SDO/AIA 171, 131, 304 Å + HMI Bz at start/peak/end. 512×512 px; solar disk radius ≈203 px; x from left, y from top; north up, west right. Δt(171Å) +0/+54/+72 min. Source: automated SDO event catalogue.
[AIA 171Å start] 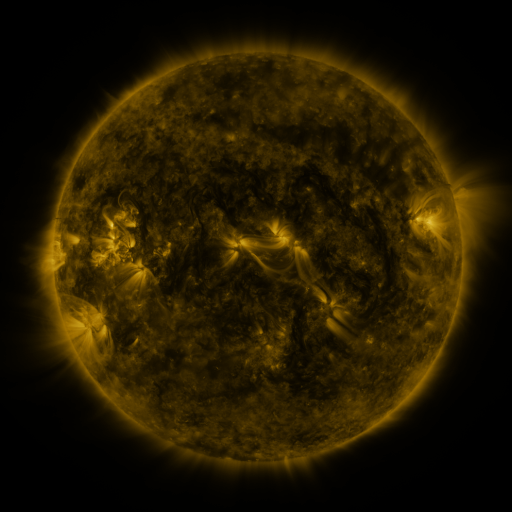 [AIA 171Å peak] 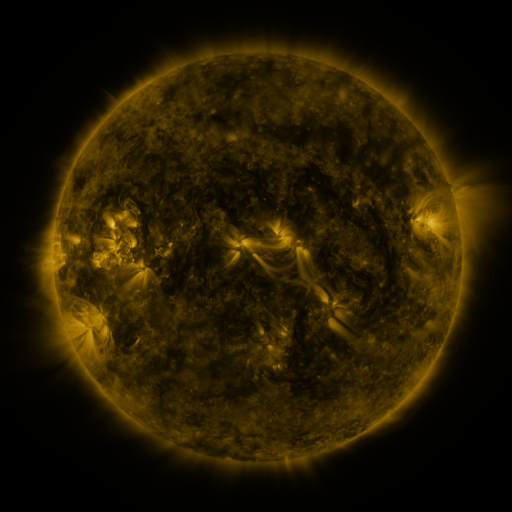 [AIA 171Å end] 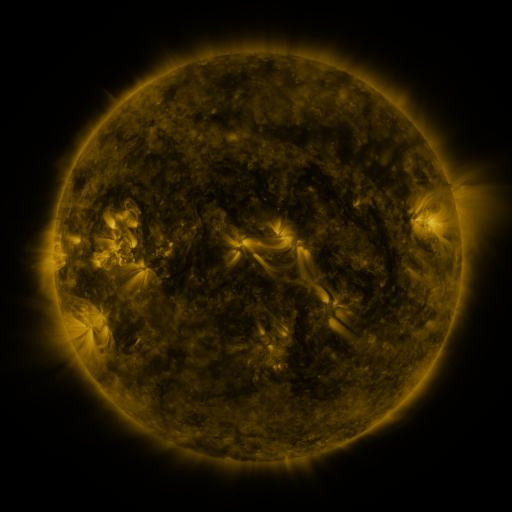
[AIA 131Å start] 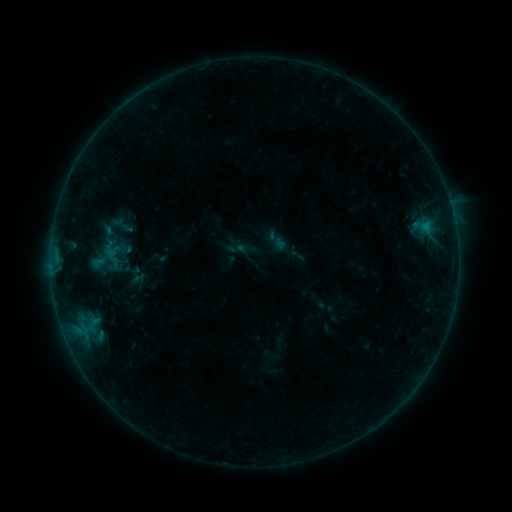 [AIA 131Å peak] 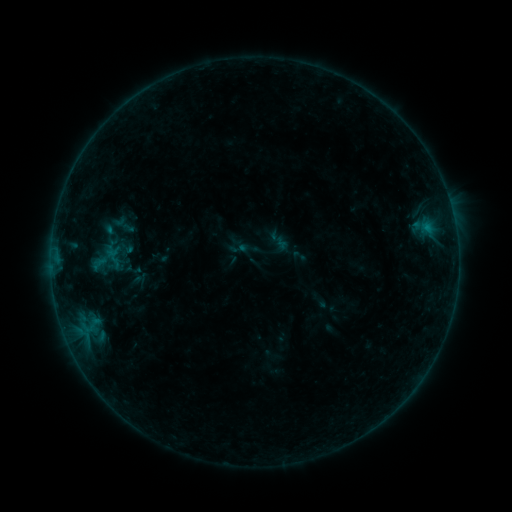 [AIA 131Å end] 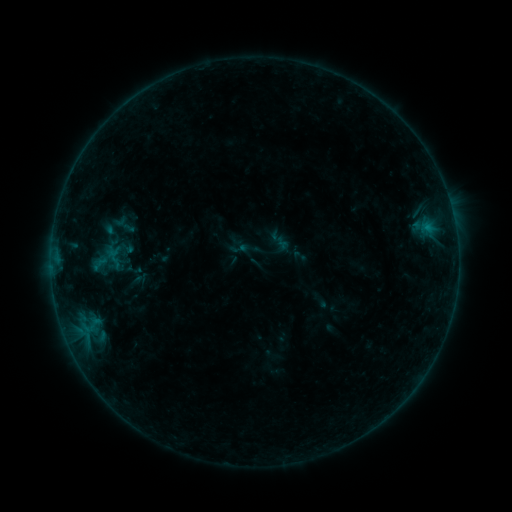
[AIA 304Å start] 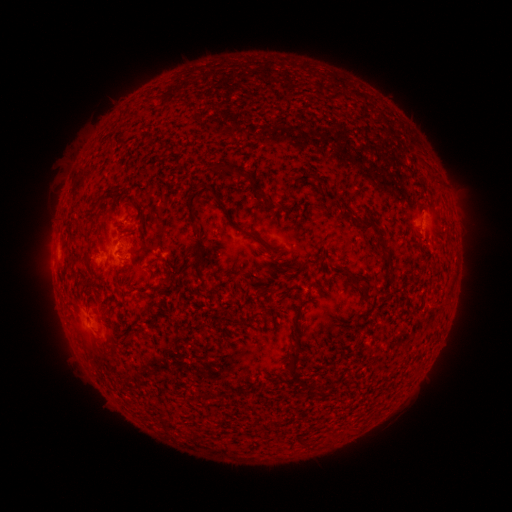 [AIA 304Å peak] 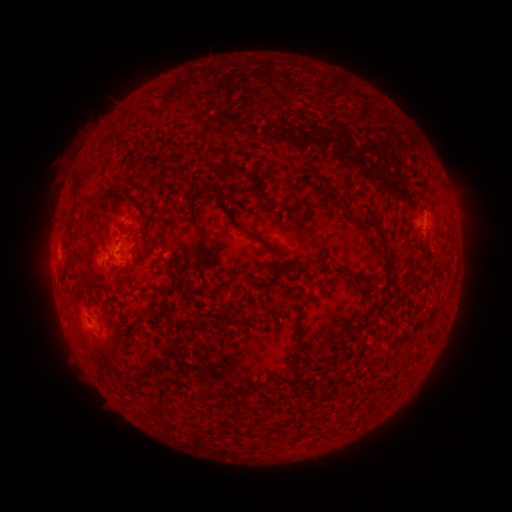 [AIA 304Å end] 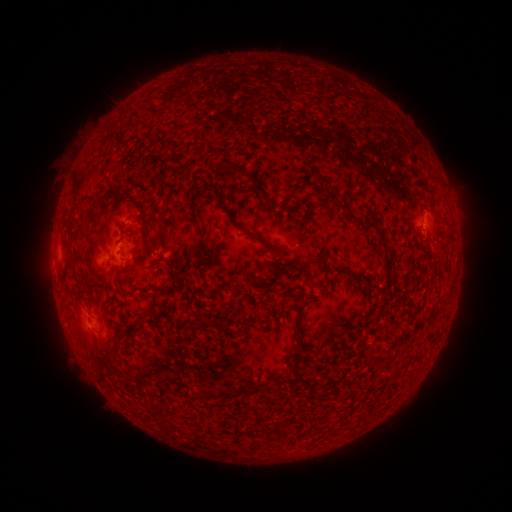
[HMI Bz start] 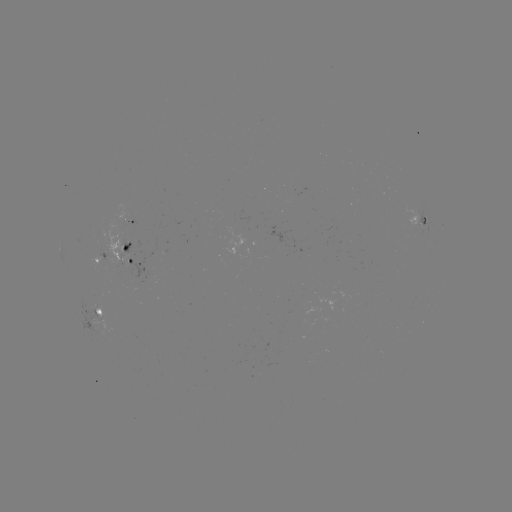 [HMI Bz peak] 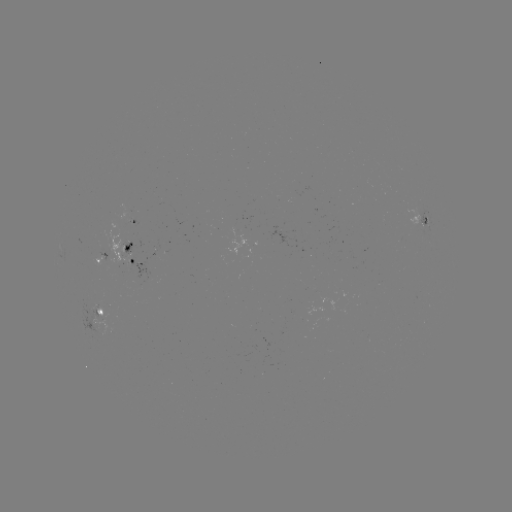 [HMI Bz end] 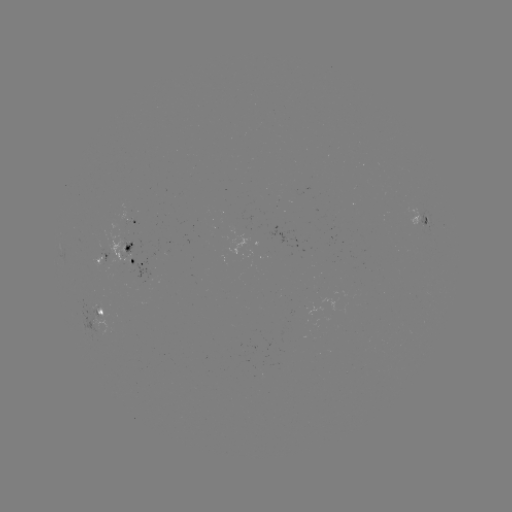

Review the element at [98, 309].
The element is emerging-flux region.